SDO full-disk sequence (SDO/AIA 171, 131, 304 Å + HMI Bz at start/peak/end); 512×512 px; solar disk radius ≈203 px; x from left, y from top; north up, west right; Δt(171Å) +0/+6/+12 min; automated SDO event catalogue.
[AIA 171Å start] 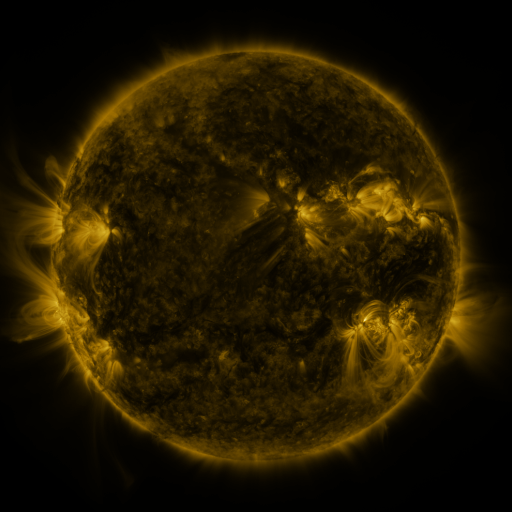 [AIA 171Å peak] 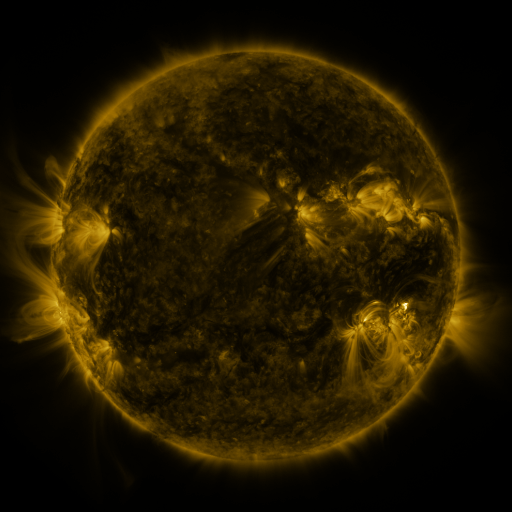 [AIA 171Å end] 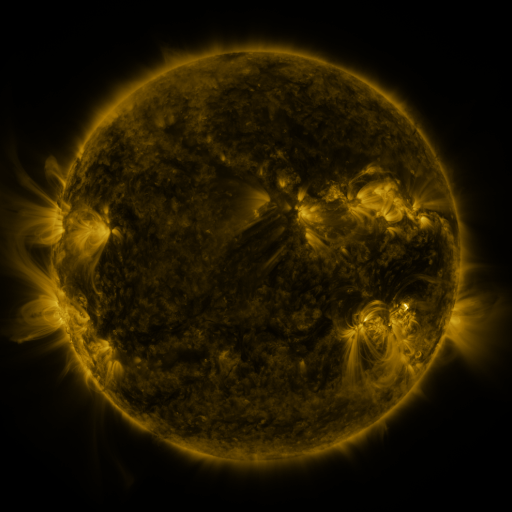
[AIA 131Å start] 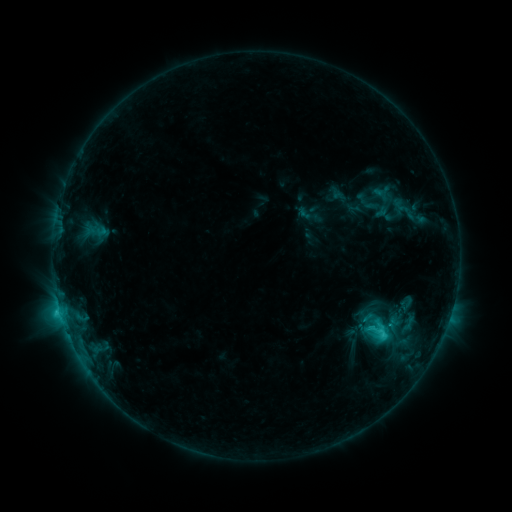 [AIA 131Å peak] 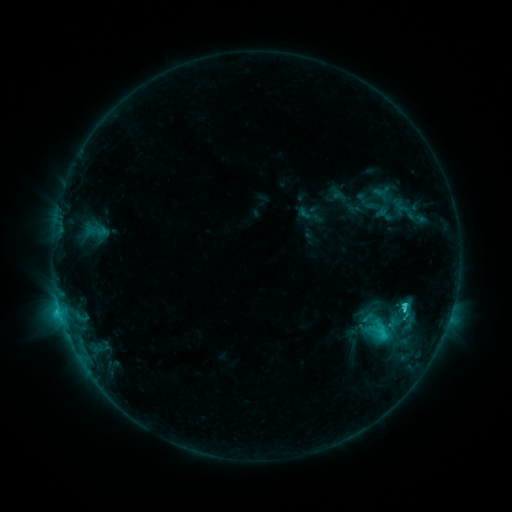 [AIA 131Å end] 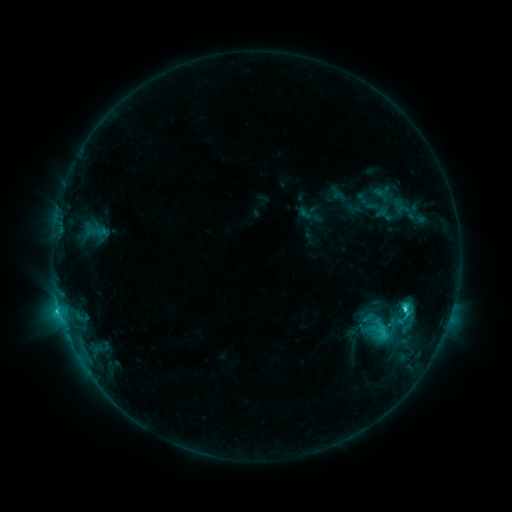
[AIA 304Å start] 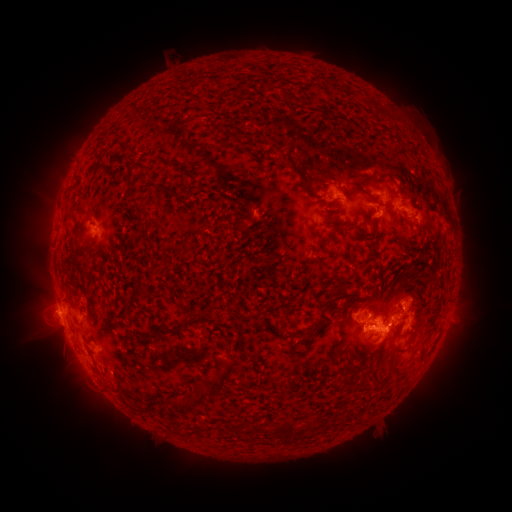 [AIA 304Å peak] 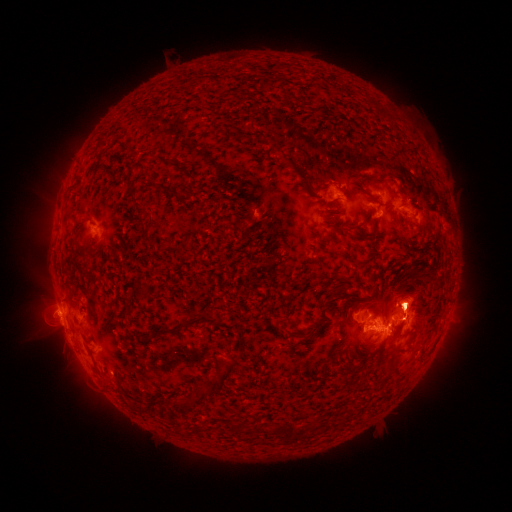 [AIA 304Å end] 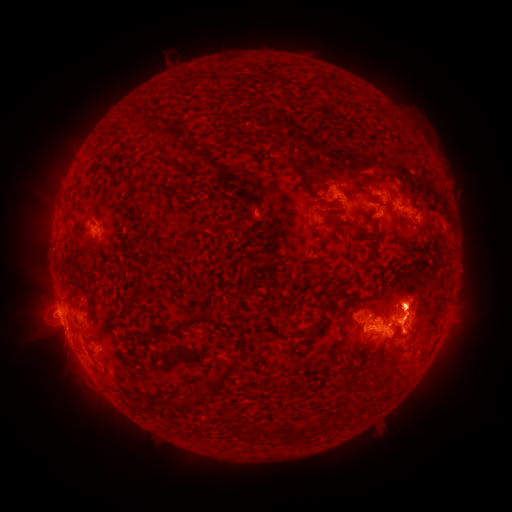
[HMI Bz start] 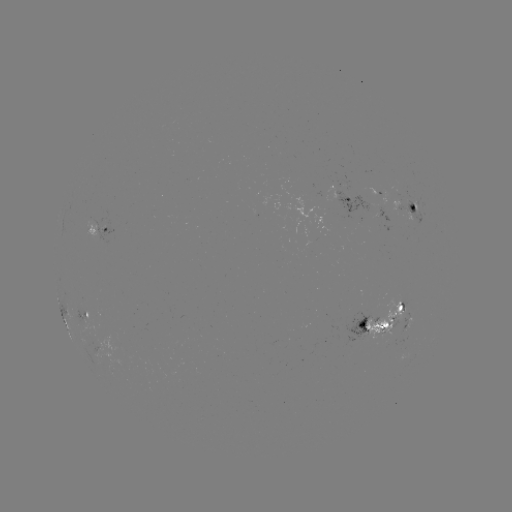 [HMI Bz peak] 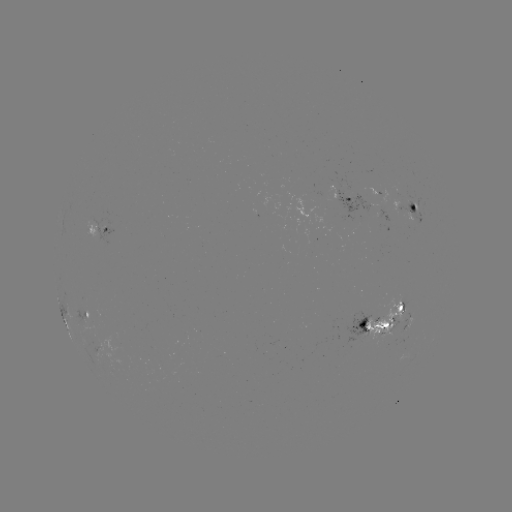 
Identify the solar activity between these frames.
C5.0 flare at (404, 306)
